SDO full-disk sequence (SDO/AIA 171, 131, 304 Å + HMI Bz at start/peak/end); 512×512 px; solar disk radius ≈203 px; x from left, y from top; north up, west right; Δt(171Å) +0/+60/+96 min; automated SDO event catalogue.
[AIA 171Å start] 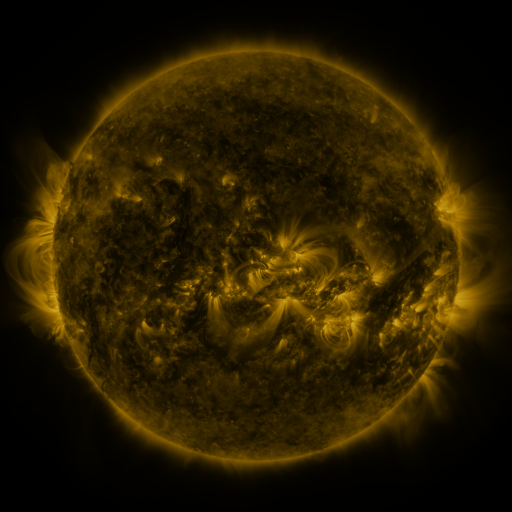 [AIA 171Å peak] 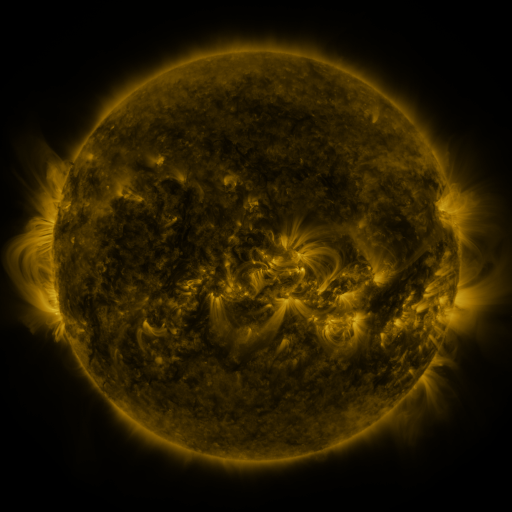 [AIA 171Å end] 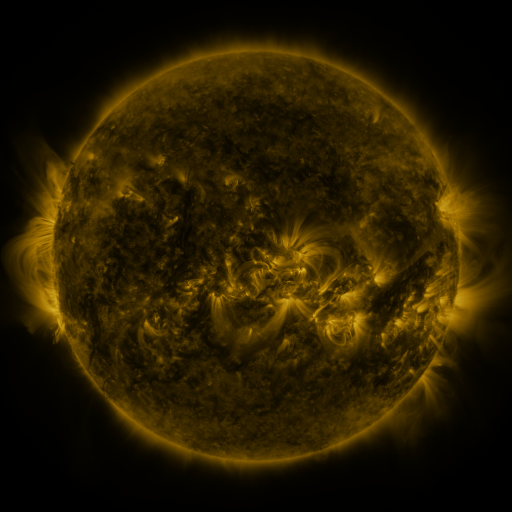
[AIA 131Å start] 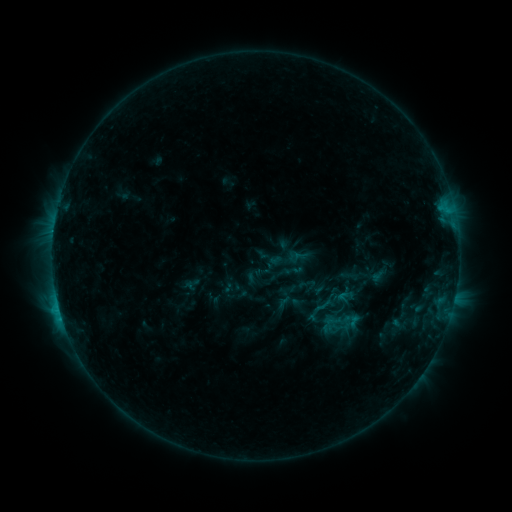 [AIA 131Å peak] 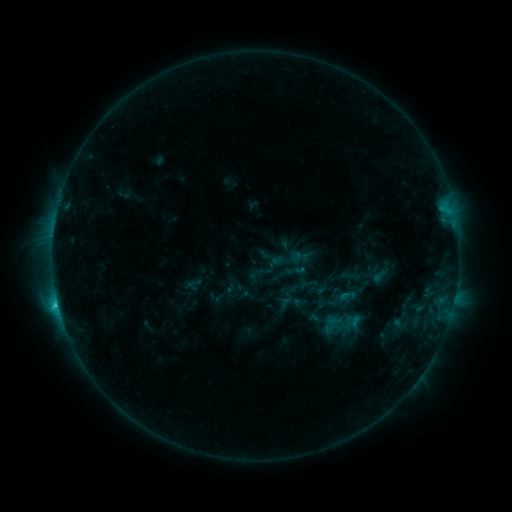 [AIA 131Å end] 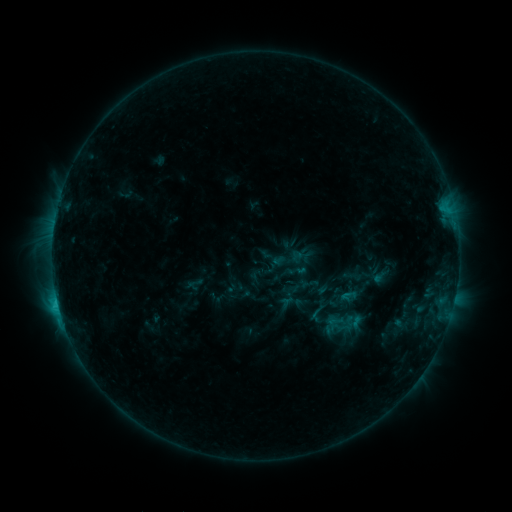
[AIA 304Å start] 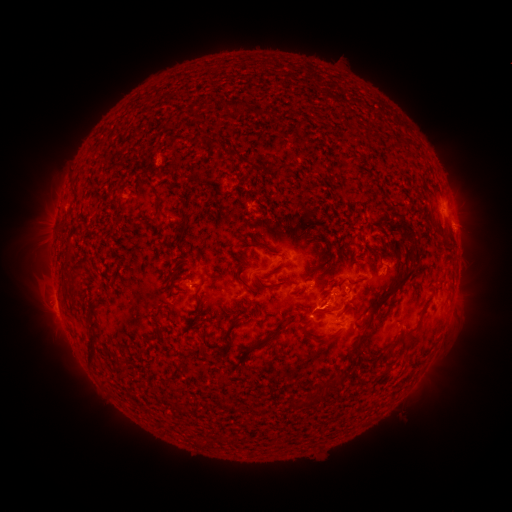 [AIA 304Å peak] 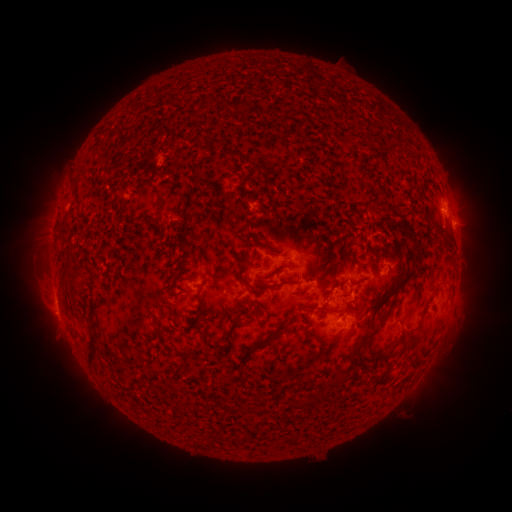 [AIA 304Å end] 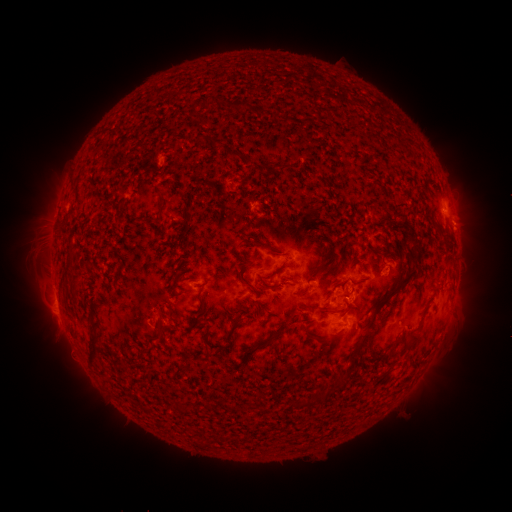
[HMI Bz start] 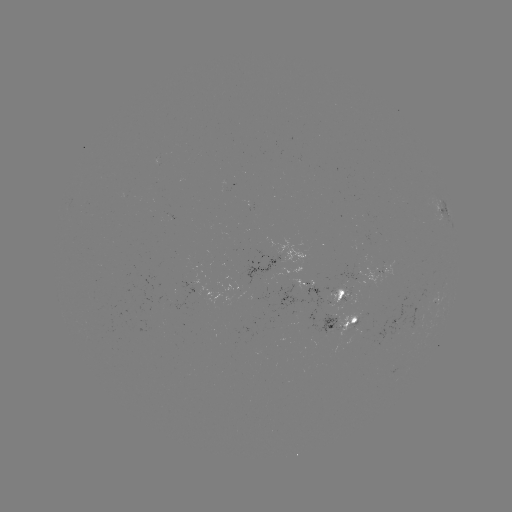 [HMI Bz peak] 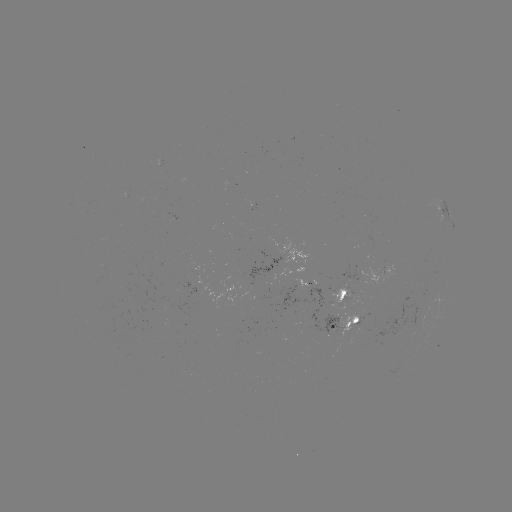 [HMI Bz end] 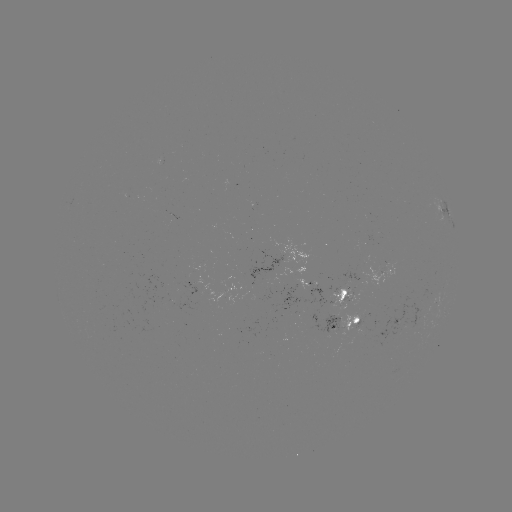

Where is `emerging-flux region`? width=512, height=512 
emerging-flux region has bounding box [348, 330, 368, 345].